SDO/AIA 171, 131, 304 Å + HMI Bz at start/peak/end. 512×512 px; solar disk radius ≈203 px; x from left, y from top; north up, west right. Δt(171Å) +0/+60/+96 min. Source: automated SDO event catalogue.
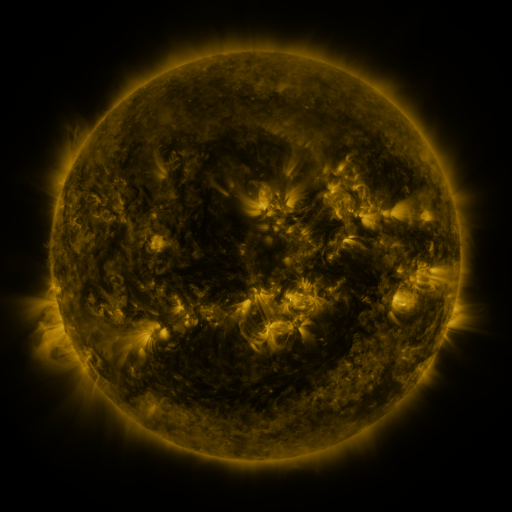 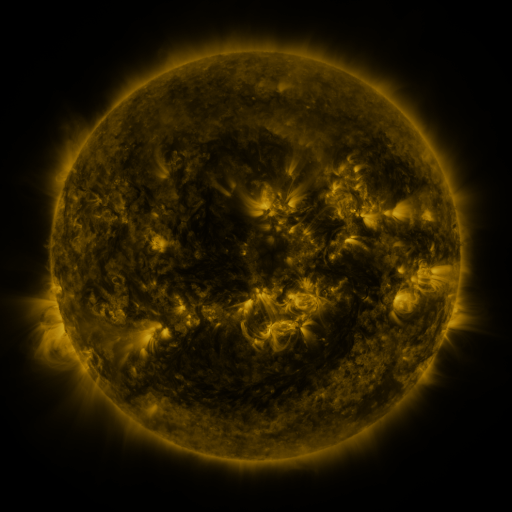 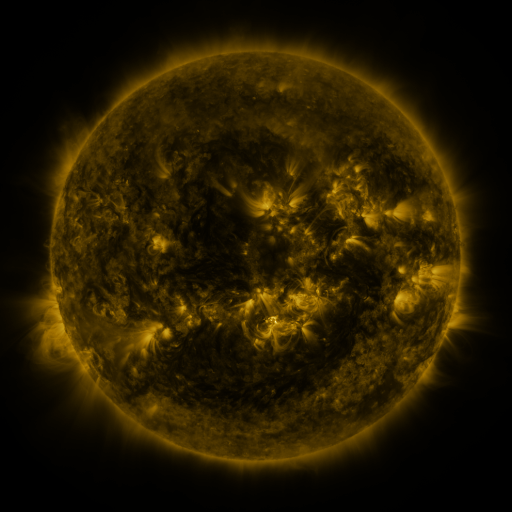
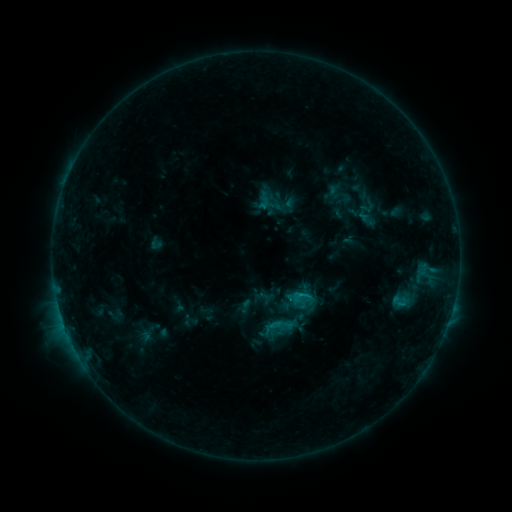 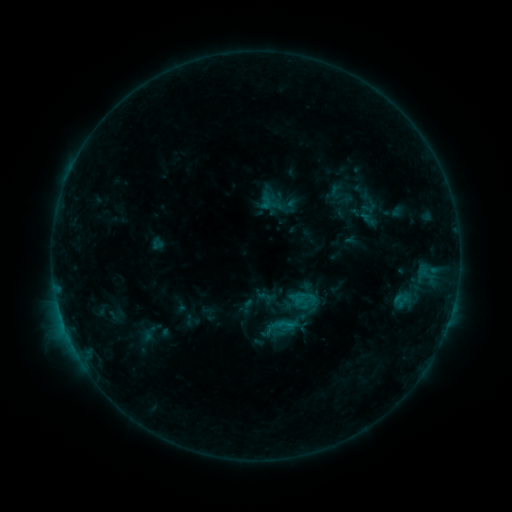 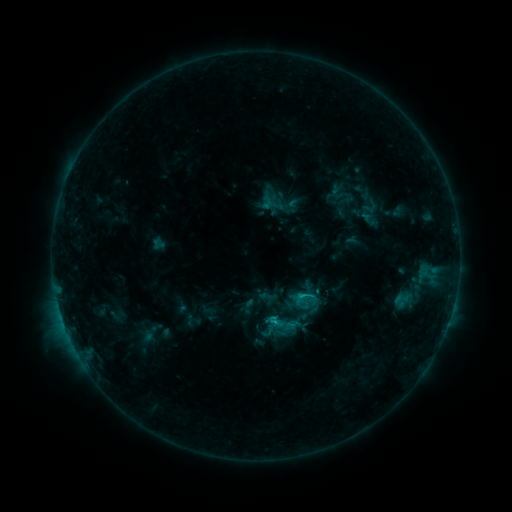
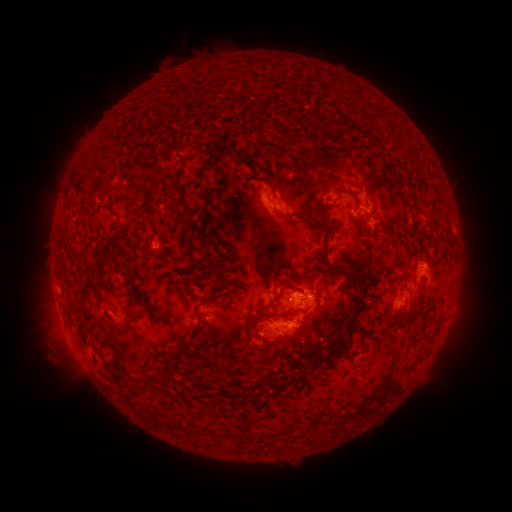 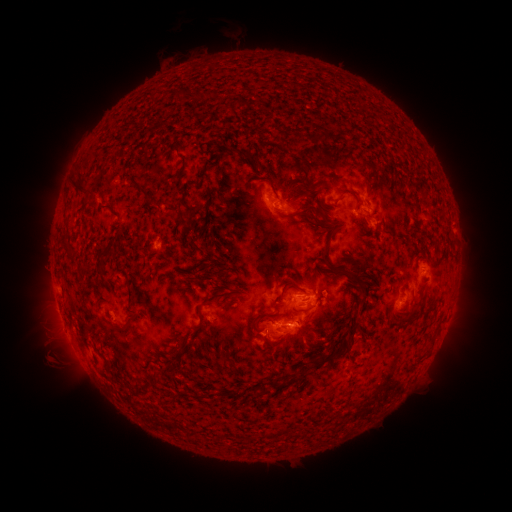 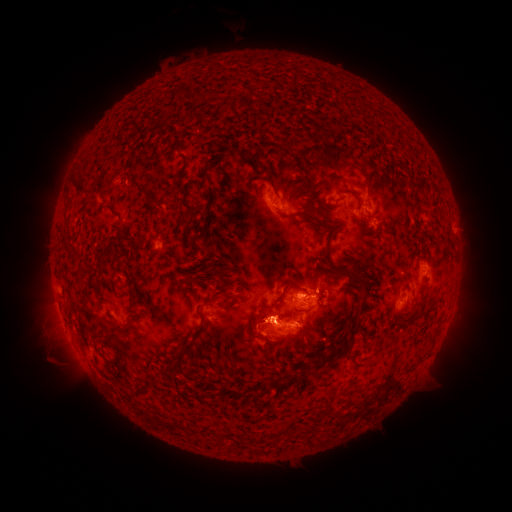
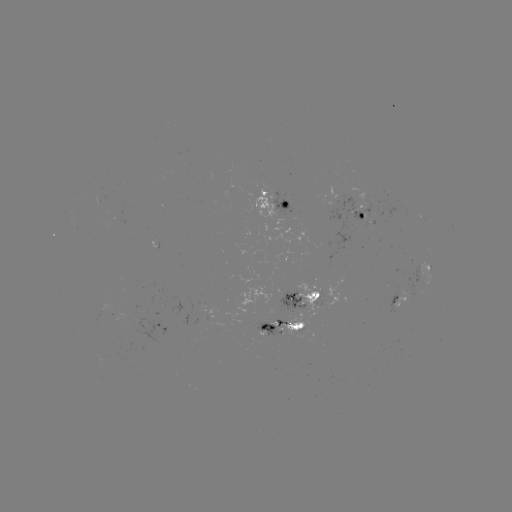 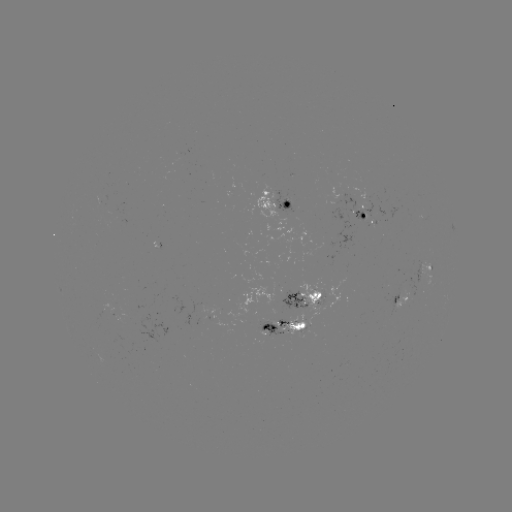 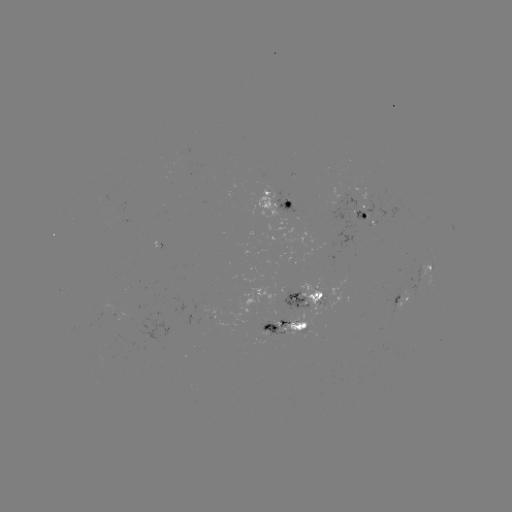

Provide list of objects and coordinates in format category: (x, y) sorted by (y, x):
emerging-flux region: (305, 319)
